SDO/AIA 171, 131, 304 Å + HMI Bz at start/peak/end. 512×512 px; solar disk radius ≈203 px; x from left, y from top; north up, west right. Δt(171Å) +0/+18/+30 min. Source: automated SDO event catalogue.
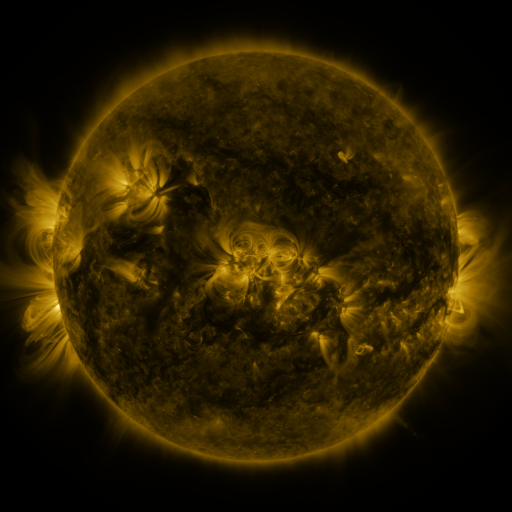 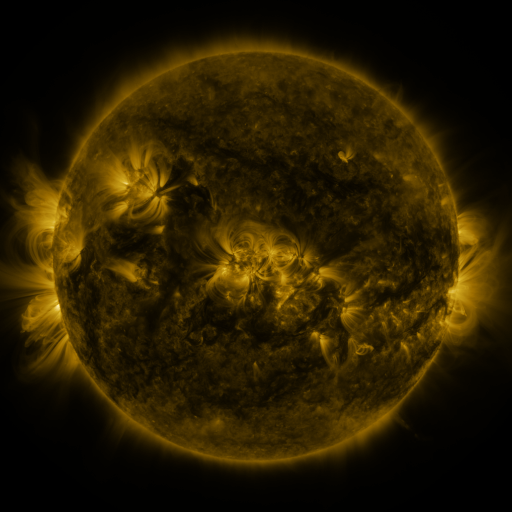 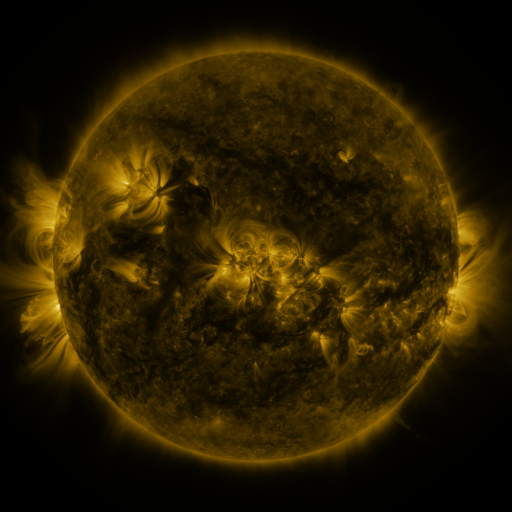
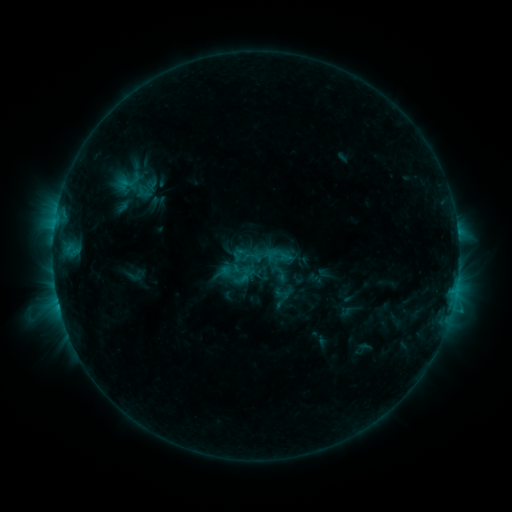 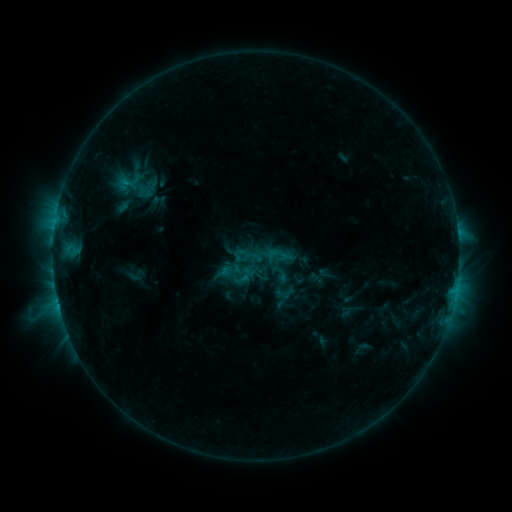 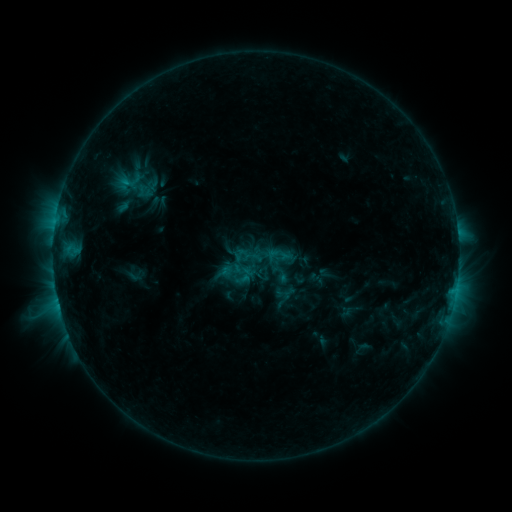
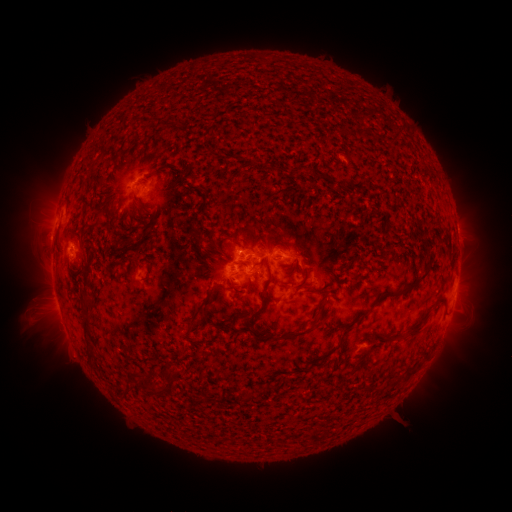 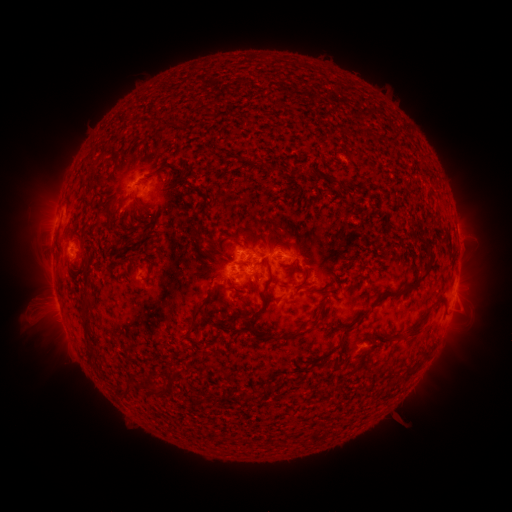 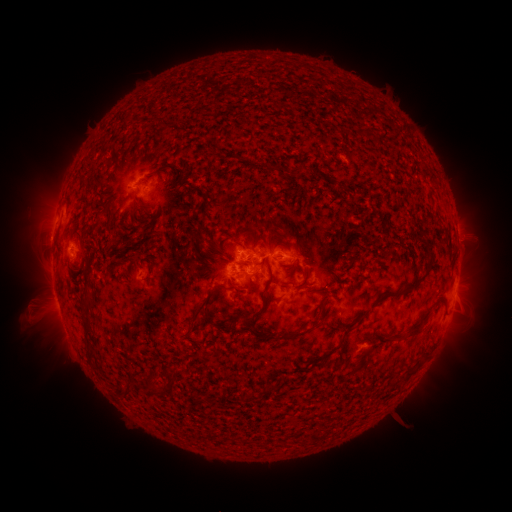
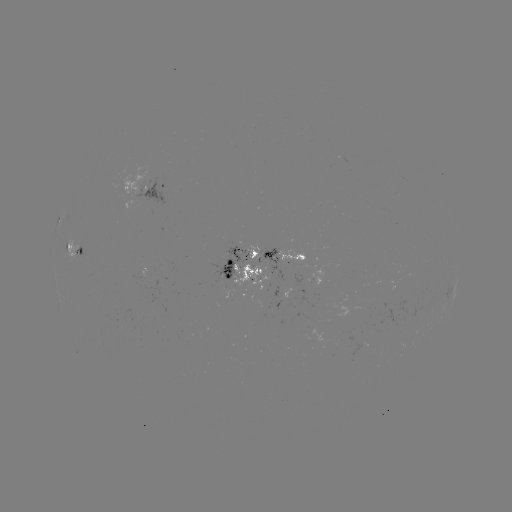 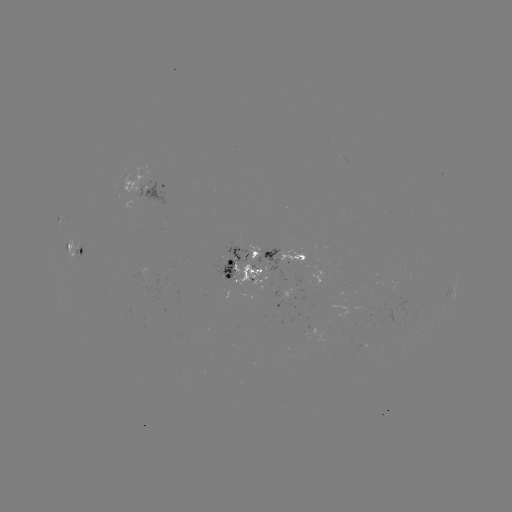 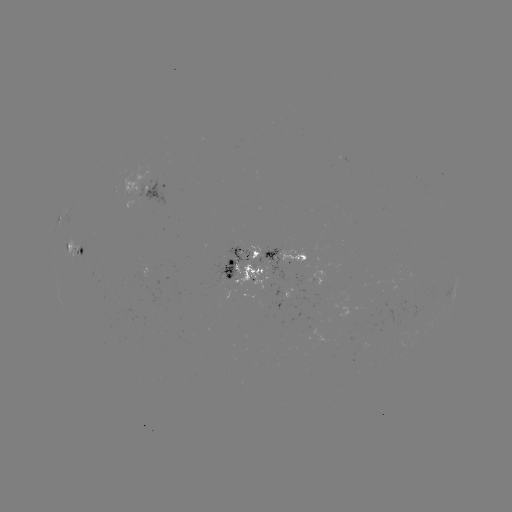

no flare in any classed list; no EUV-trigger detection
